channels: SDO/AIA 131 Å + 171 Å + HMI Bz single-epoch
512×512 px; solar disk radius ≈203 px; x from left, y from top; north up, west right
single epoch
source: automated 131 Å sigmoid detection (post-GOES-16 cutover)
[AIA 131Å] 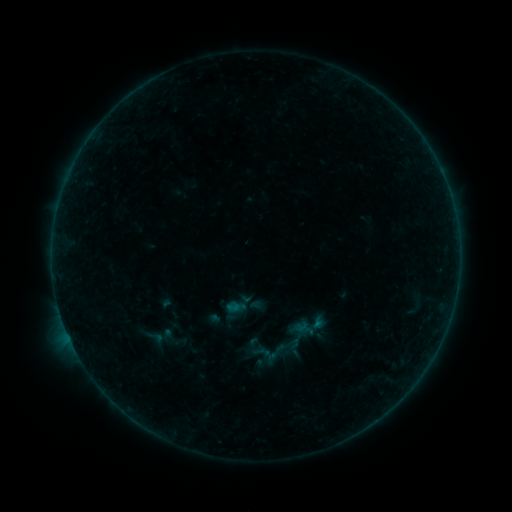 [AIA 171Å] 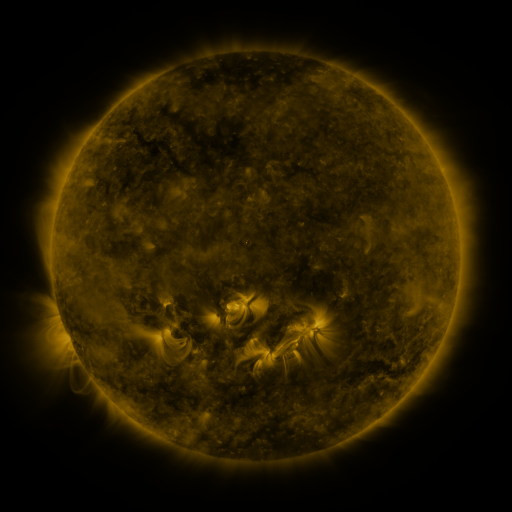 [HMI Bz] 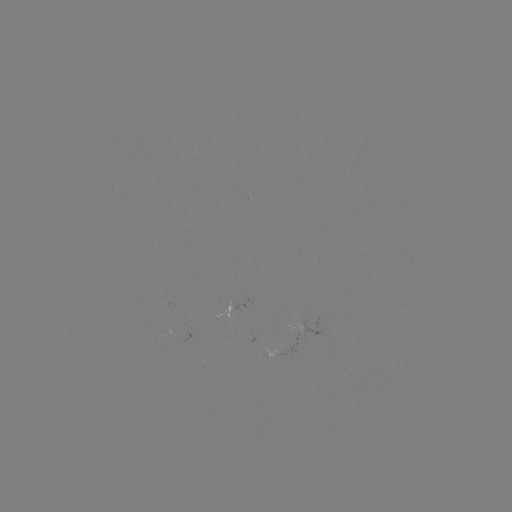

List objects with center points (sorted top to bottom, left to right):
sigmoid: [152, 324, 192, 352]
sigmoid: [143, 328, 169, 346]
